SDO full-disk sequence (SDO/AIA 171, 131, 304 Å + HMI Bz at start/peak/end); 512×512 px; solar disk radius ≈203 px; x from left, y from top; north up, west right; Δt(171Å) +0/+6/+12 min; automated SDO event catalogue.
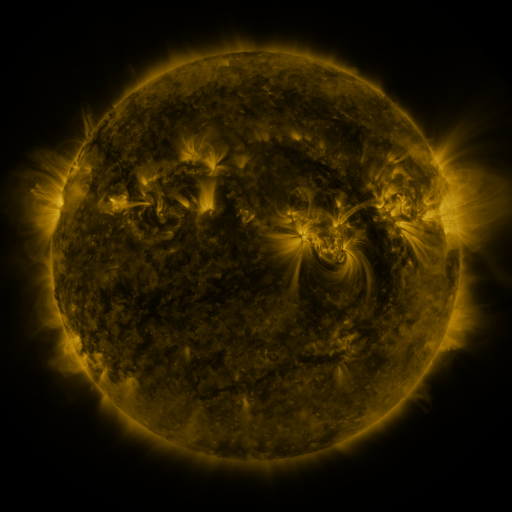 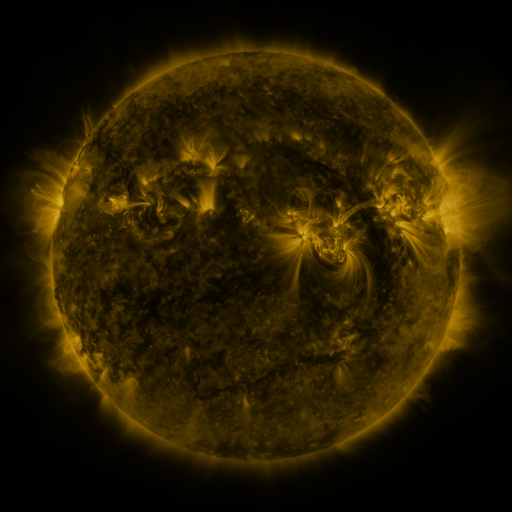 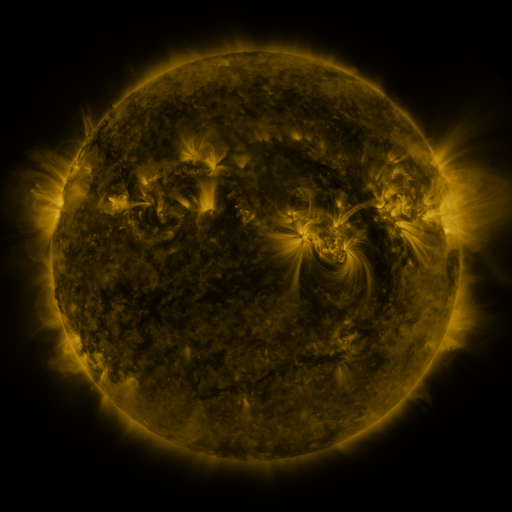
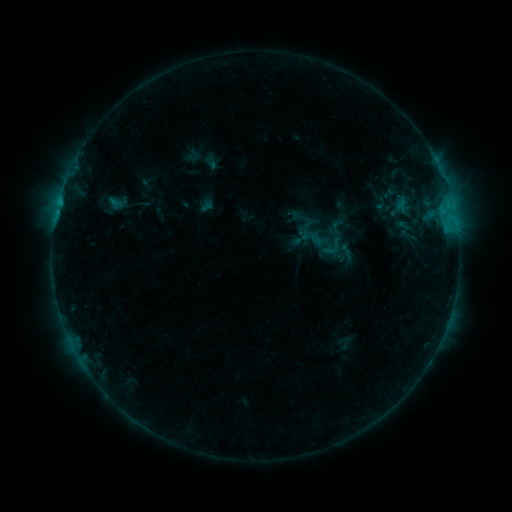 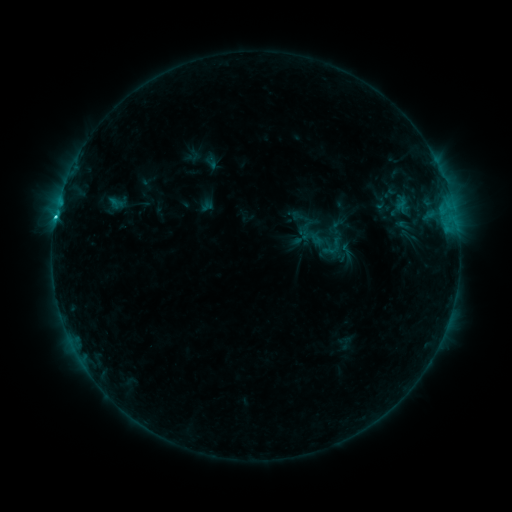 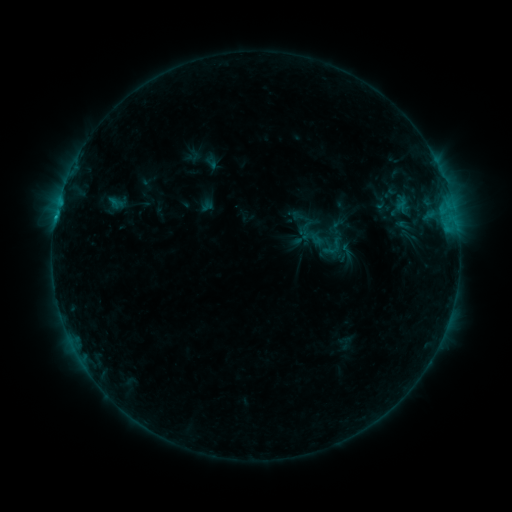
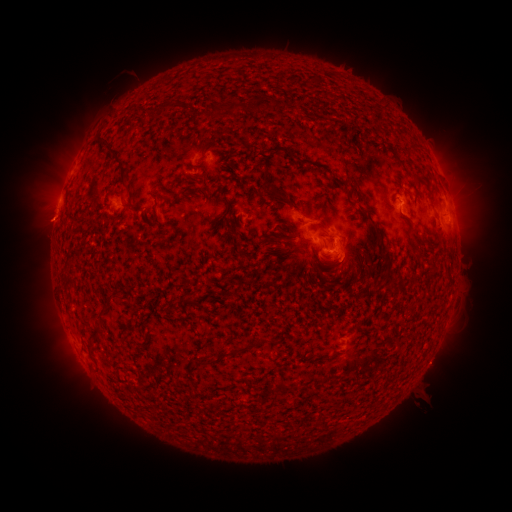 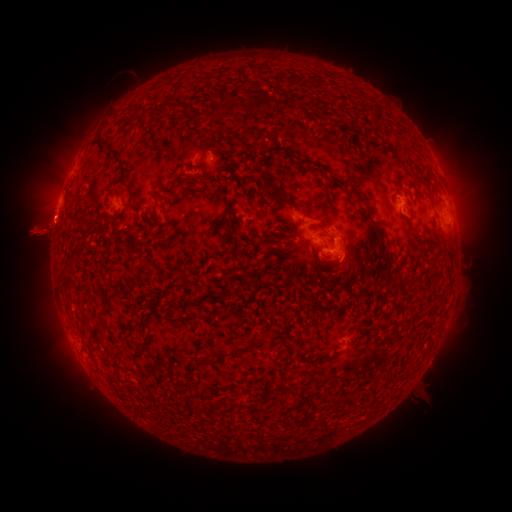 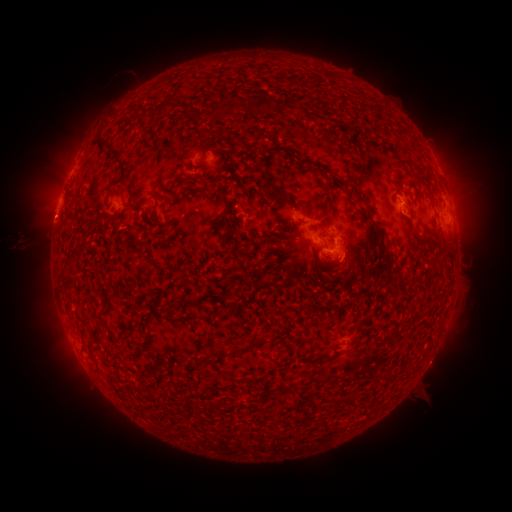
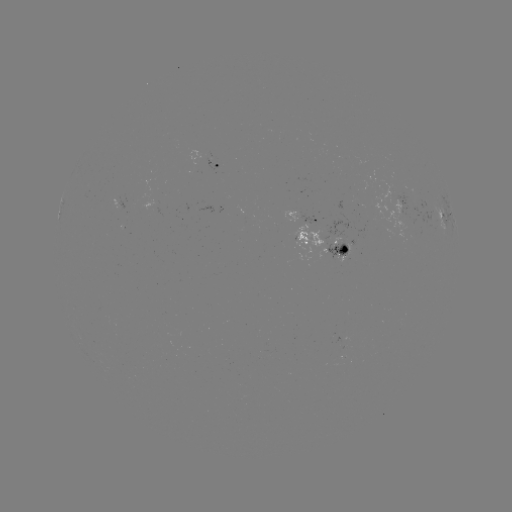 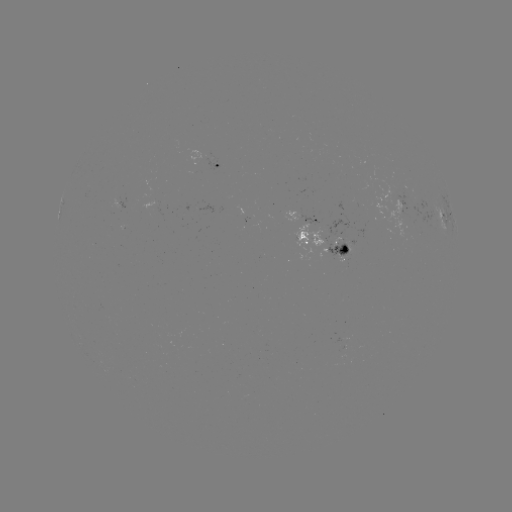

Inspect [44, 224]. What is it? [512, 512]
eruption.